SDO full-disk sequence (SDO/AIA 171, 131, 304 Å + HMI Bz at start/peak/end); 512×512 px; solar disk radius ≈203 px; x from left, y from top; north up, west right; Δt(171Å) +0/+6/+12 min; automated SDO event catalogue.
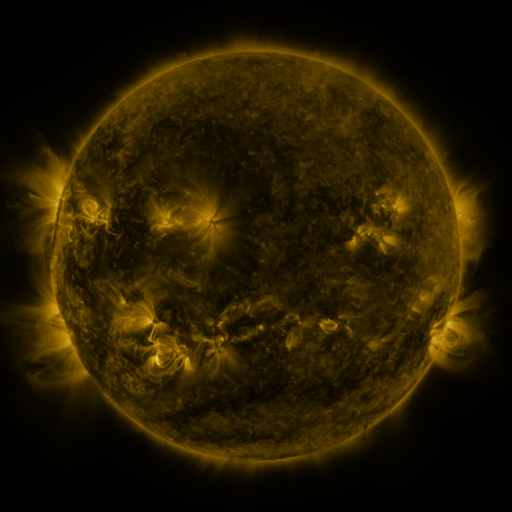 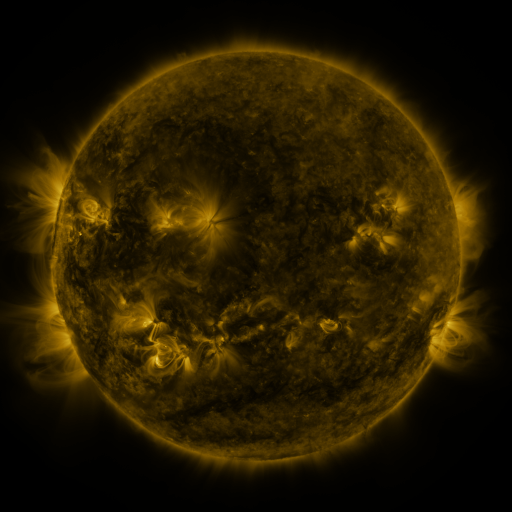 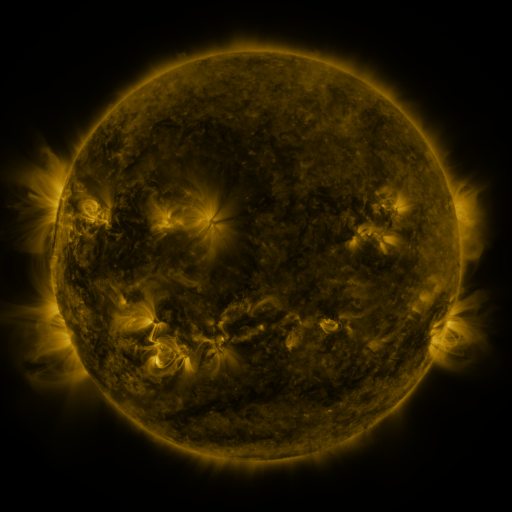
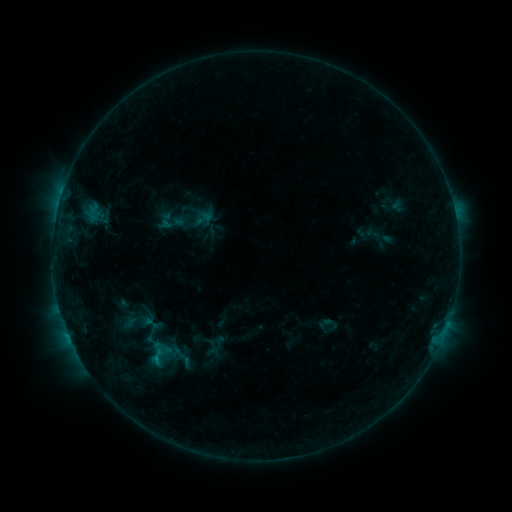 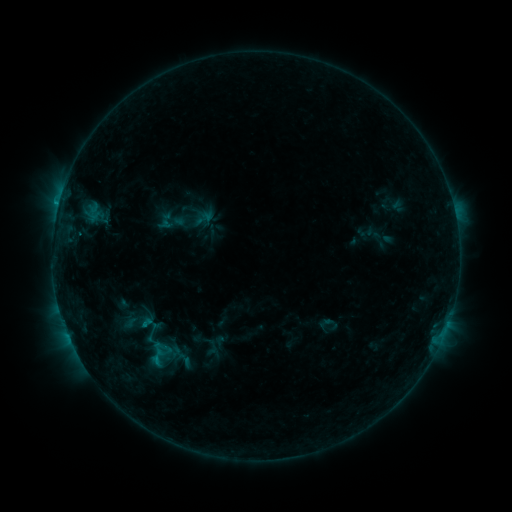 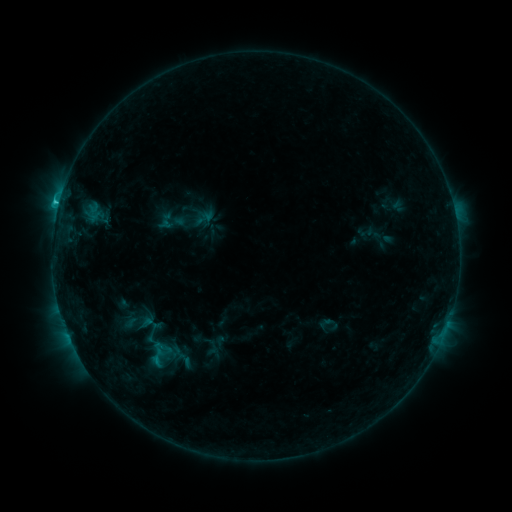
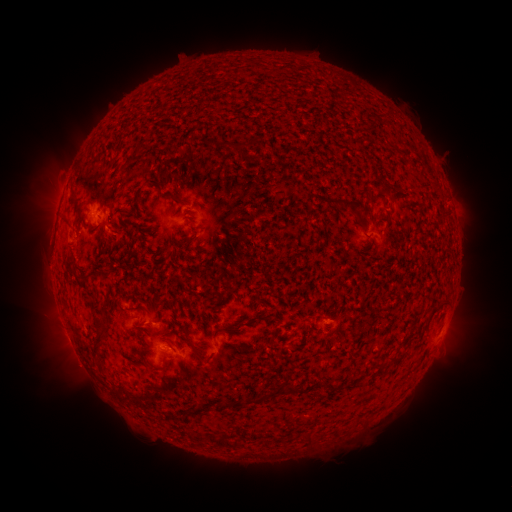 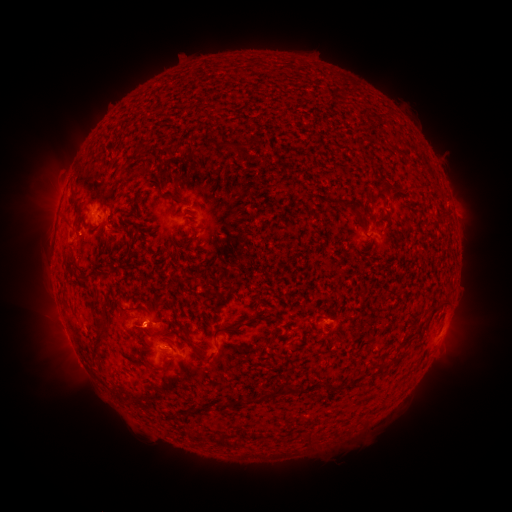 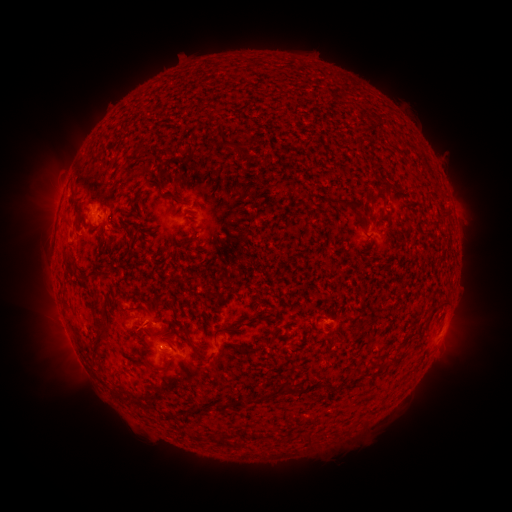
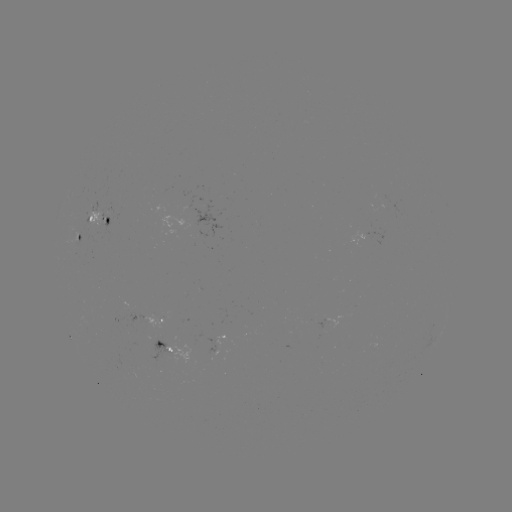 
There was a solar eruption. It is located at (144, 328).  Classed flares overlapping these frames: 1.